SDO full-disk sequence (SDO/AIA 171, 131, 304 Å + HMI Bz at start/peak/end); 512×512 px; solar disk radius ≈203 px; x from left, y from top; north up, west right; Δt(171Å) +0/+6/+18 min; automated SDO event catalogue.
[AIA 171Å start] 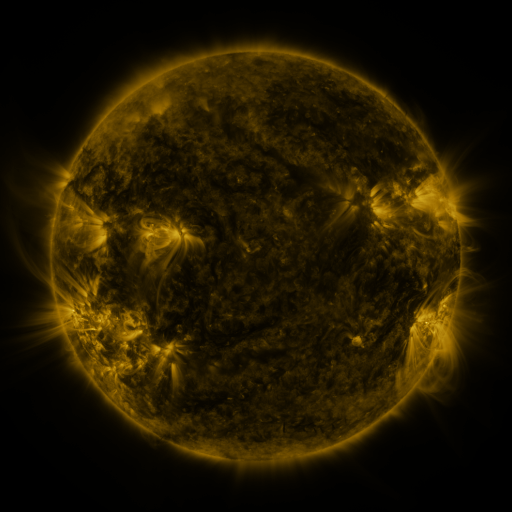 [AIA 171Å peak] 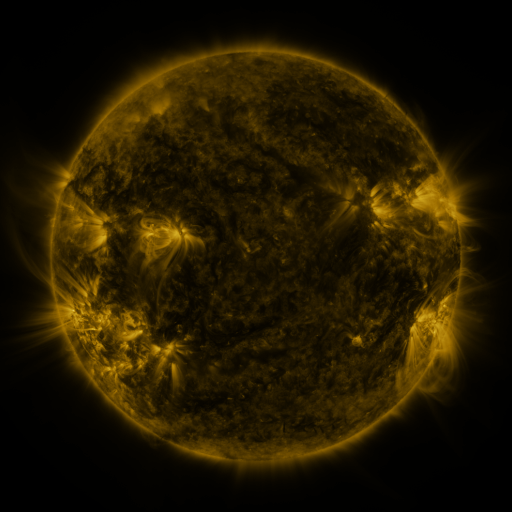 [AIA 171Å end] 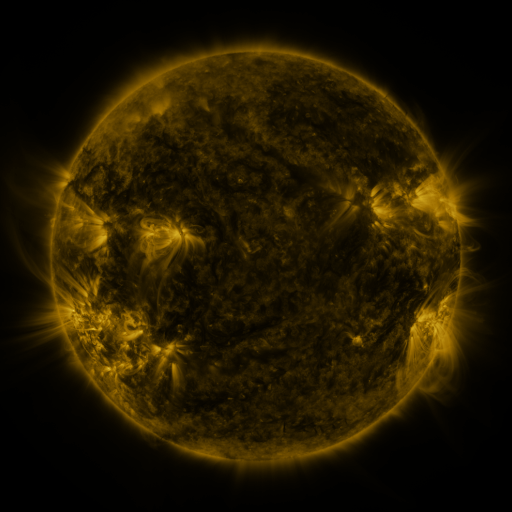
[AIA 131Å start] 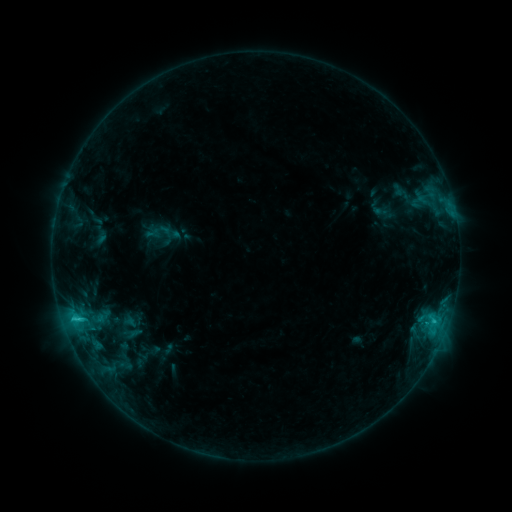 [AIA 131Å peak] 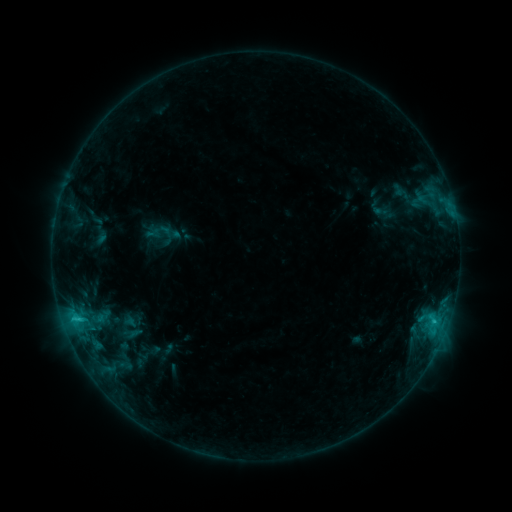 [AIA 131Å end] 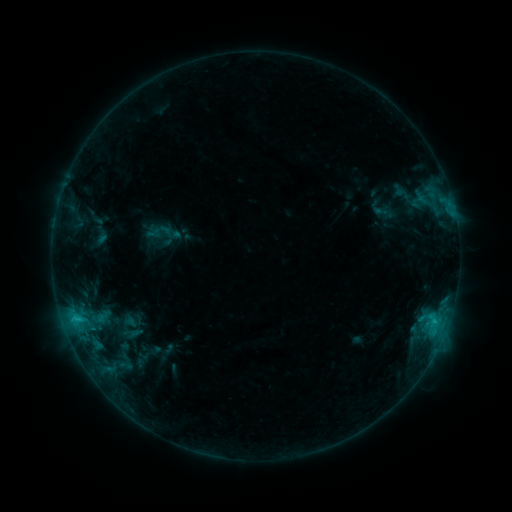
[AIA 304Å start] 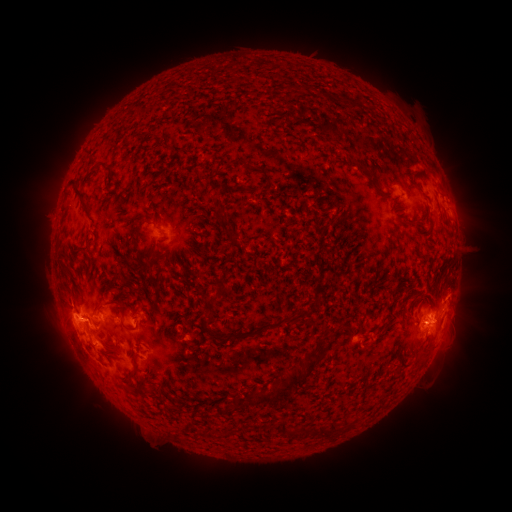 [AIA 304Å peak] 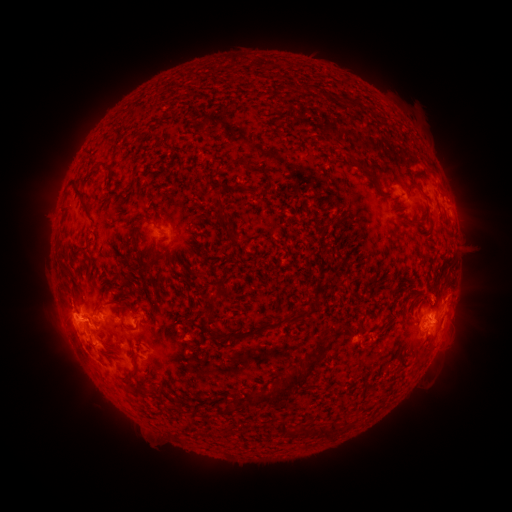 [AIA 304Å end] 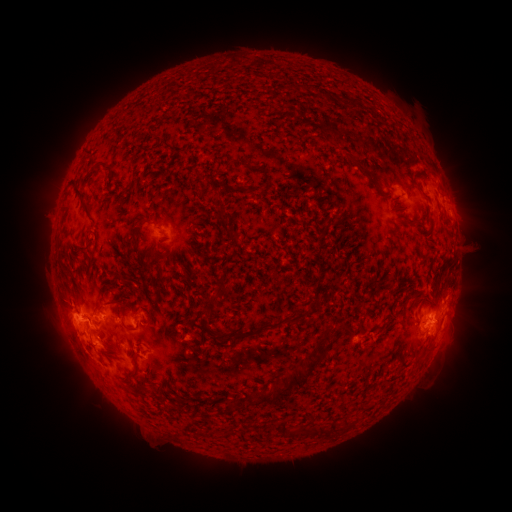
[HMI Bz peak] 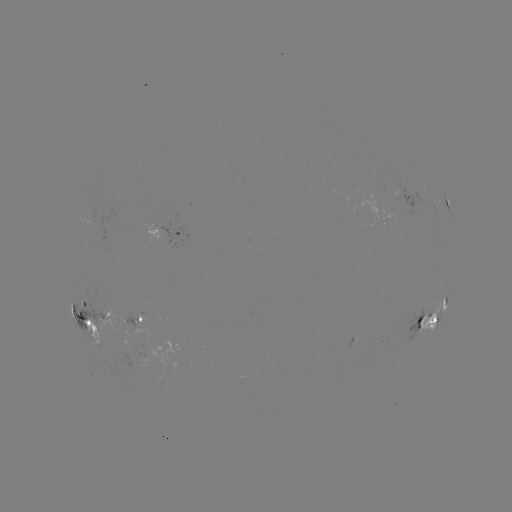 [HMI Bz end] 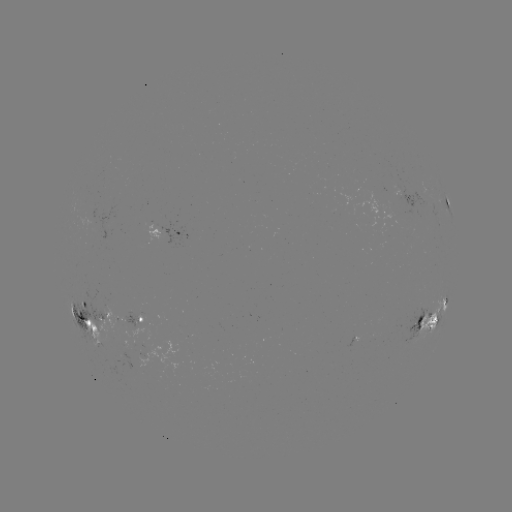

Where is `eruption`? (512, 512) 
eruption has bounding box [411, 268, 456, 315].